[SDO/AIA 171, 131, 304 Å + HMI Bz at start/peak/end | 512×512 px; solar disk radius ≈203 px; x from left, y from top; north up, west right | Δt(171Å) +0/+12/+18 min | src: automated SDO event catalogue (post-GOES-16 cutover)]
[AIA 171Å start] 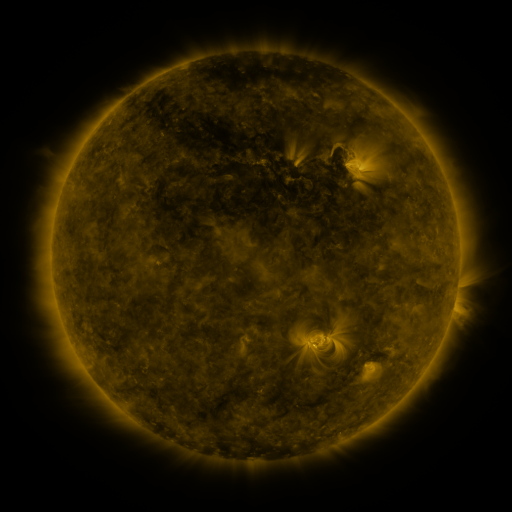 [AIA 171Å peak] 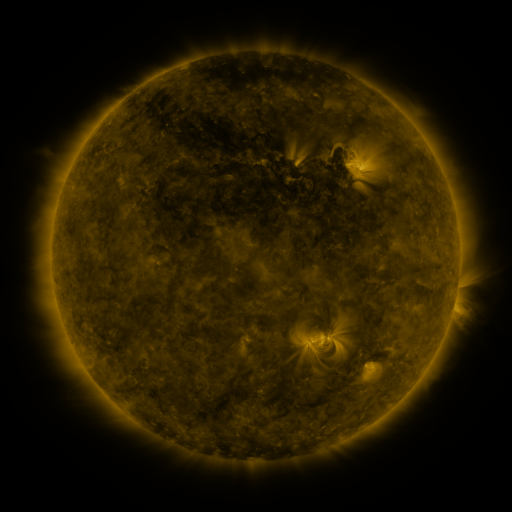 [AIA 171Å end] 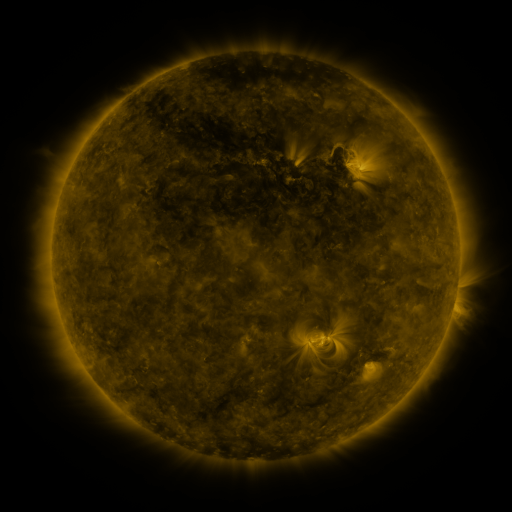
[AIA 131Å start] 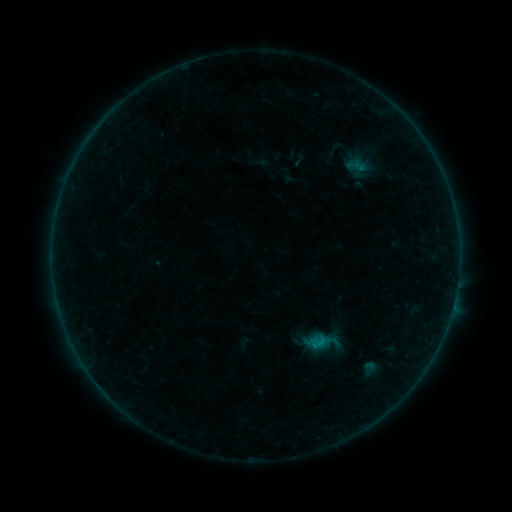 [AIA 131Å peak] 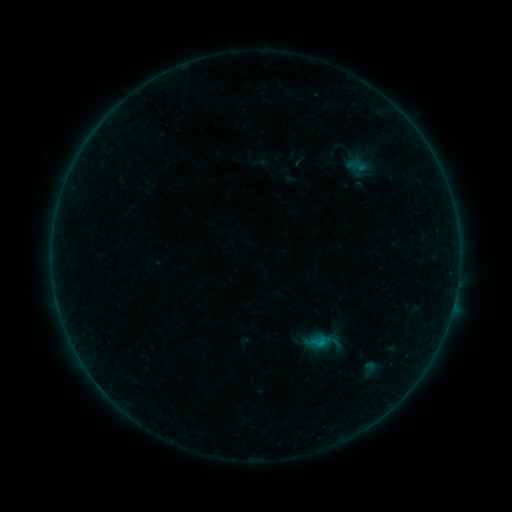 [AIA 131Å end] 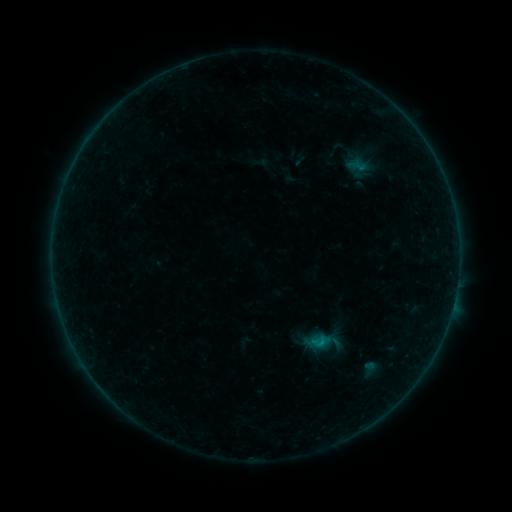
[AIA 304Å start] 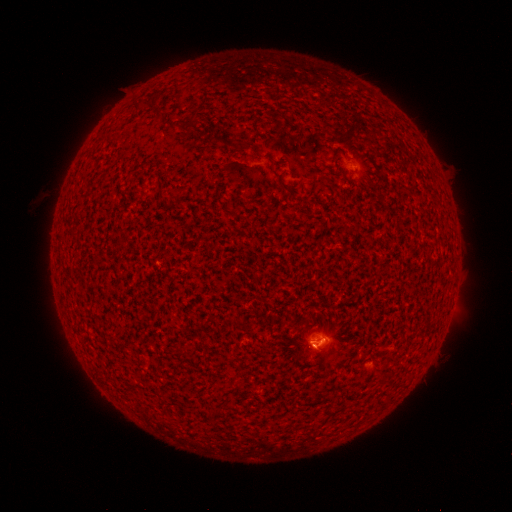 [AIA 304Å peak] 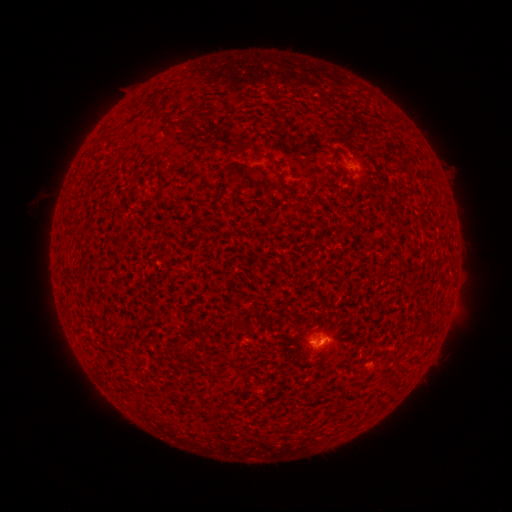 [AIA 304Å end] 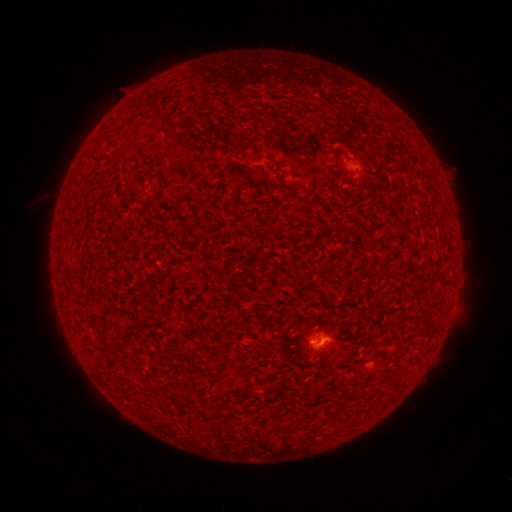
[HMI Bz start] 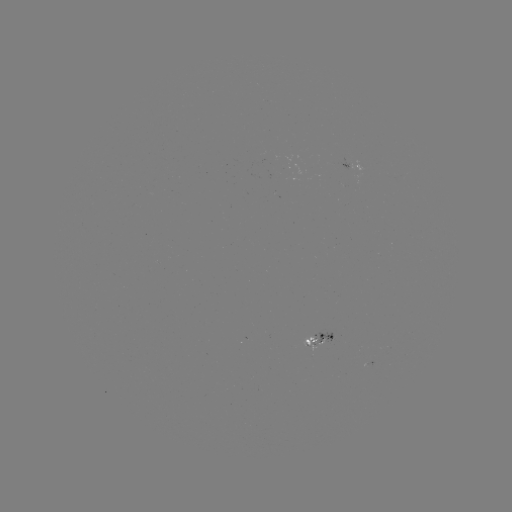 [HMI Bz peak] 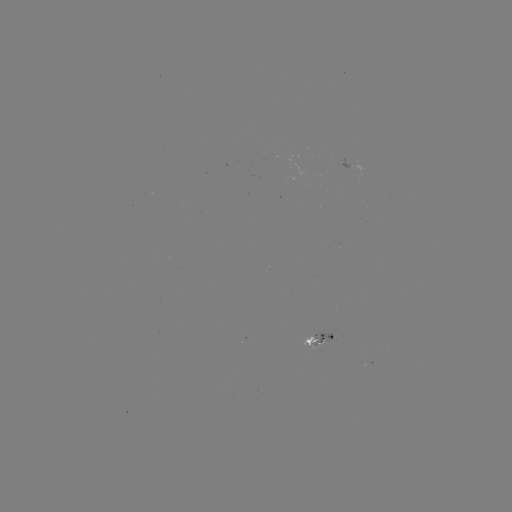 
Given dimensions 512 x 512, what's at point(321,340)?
B3.2 flare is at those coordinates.